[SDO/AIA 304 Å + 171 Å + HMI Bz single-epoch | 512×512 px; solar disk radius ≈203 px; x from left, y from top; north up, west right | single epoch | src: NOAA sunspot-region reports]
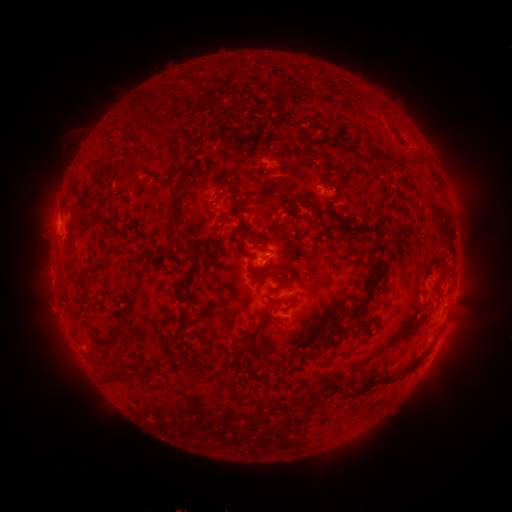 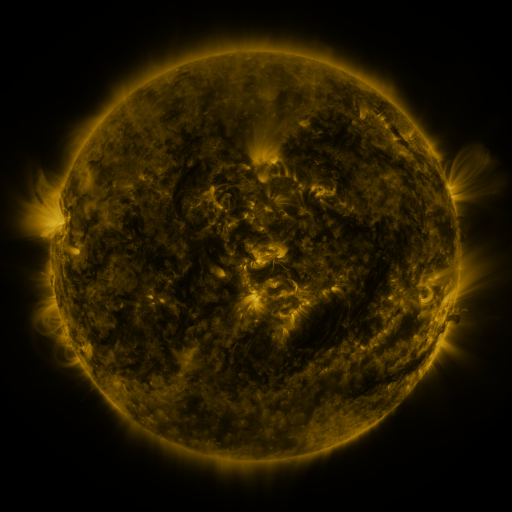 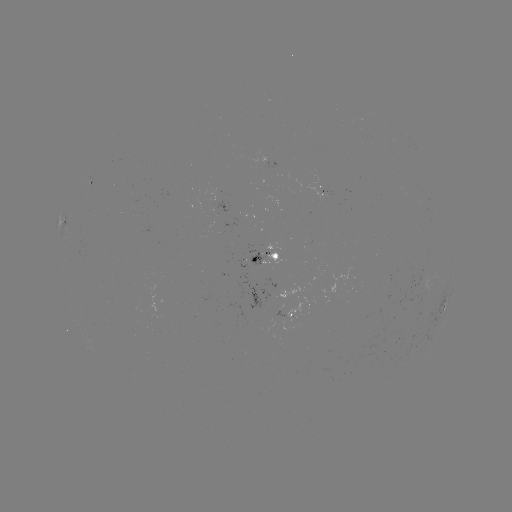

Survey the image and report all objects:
spotted active region: (91, 184)
spotted active region: (266, 259)
spotted active region: (443, 307)
spotted active region: (288, 319)
